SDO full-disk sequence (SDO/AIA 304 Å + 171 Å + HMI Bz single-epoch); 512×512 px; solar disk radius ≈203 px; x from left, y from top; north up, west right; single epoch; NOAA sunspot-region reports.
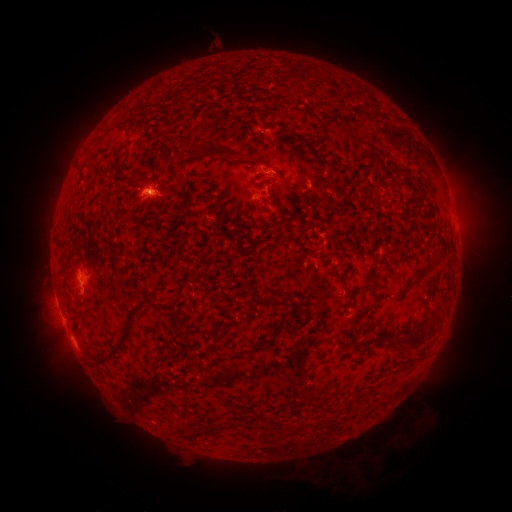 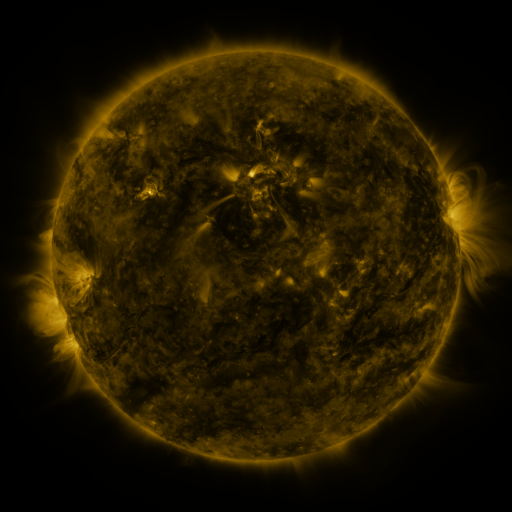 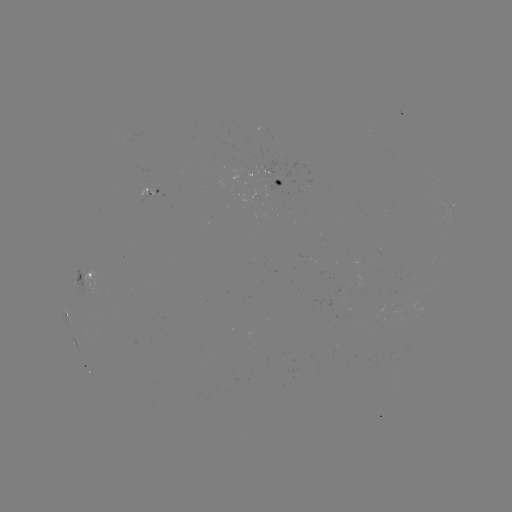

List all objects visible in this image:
spotted active region: (283, 183)
spotted active region: (153, 193)
spotted active region: (89, 277)
spotted active region: (350, 294)
spotted active region: (66, 313)
